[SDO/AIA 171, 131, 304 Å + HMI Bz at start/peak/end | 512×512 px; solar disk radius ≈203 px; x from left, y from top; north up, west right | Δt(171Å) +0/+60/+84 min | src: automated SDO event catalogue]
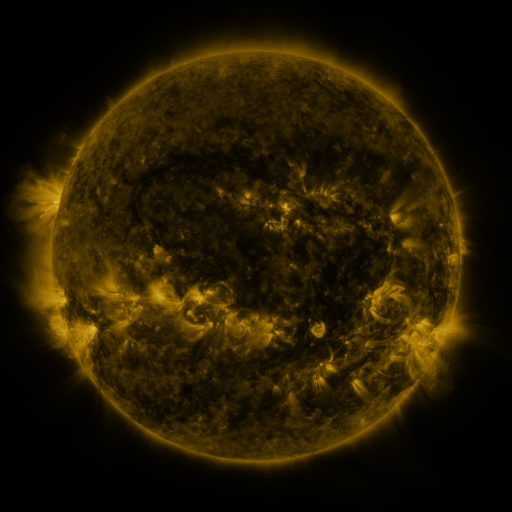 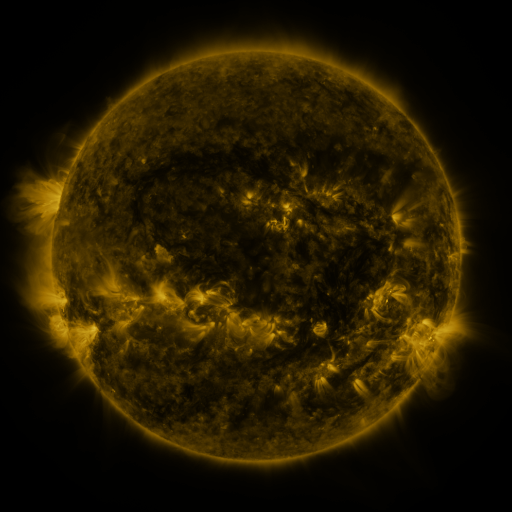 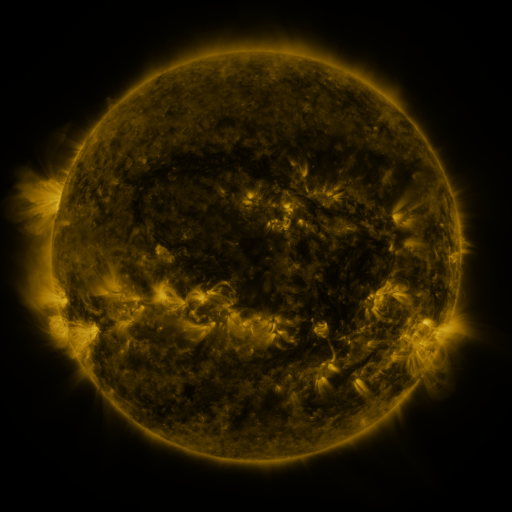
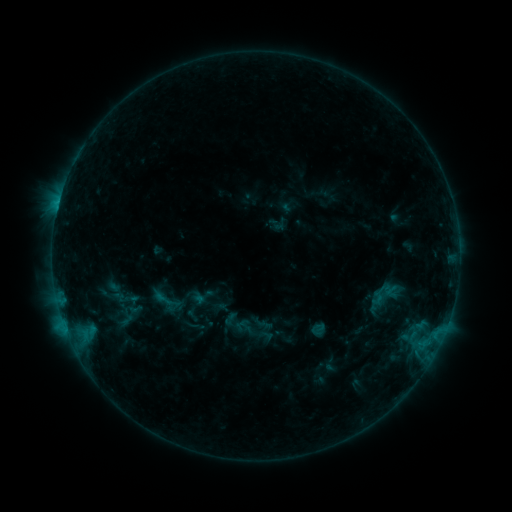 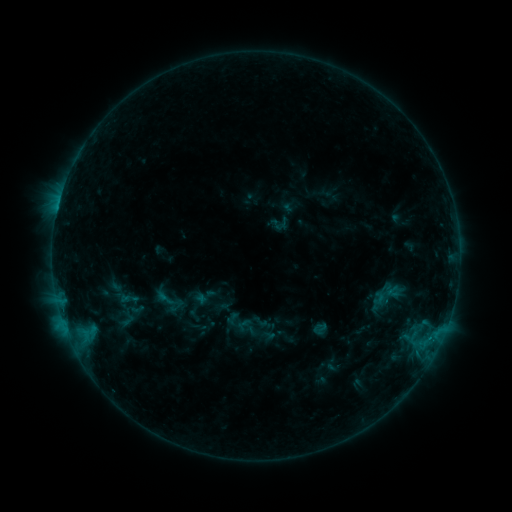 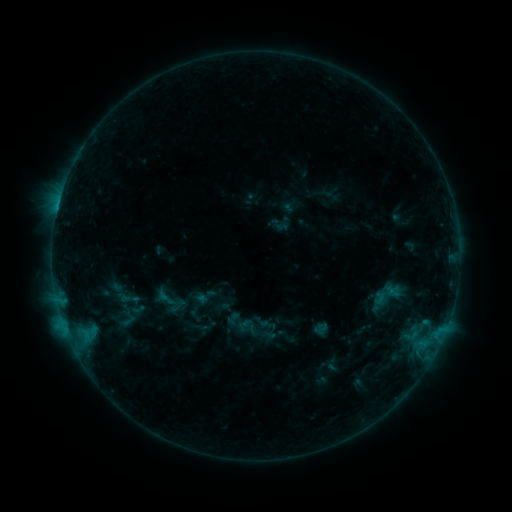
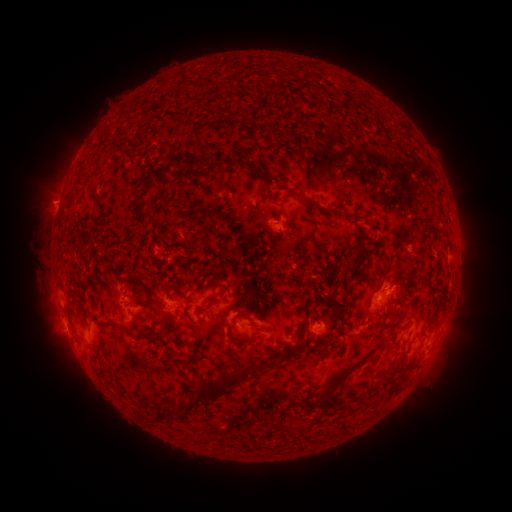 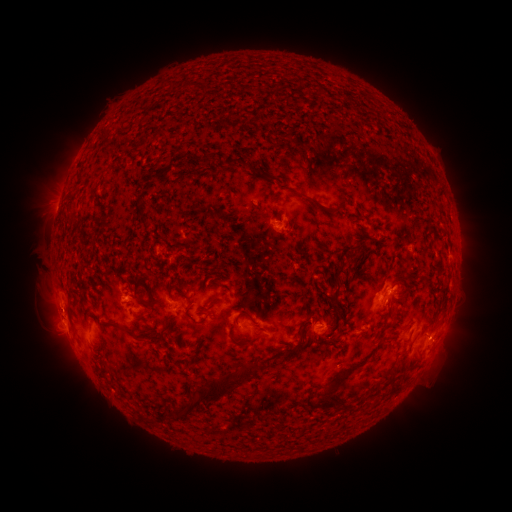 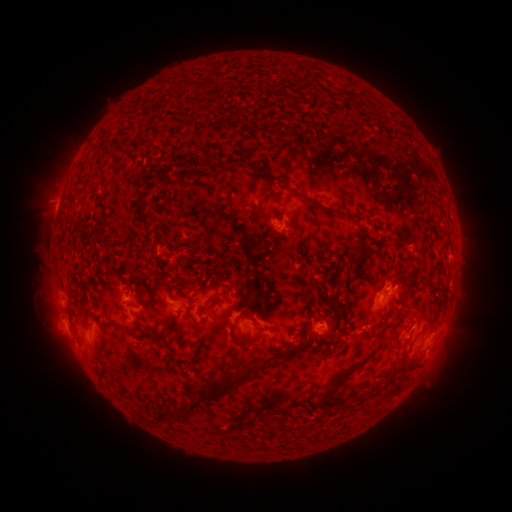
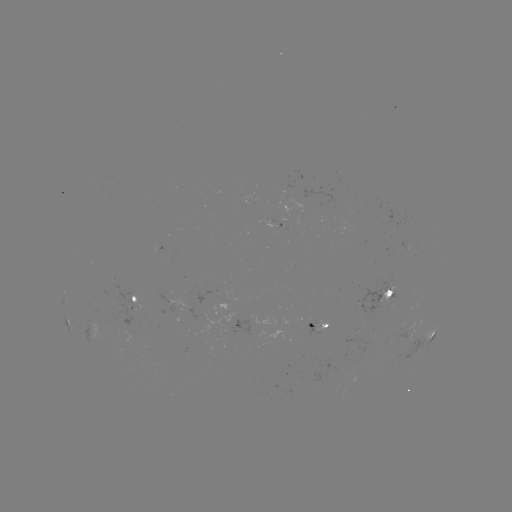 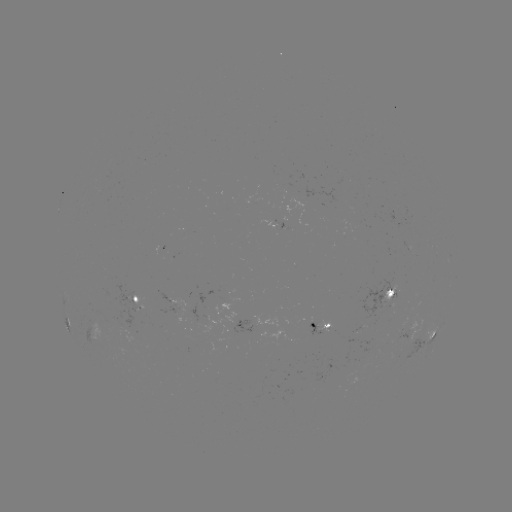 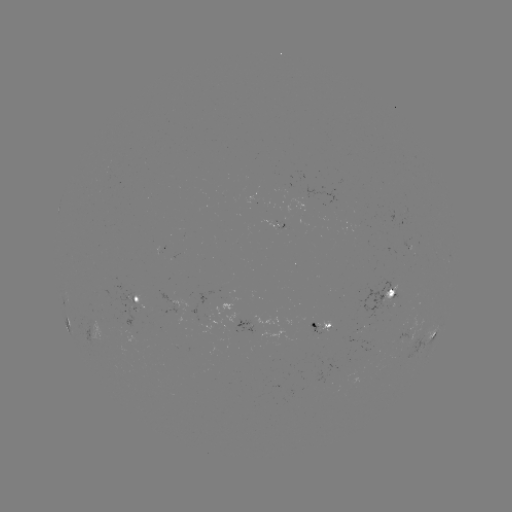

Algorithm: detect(emerging-flux region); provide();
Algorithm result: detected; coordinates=393,293